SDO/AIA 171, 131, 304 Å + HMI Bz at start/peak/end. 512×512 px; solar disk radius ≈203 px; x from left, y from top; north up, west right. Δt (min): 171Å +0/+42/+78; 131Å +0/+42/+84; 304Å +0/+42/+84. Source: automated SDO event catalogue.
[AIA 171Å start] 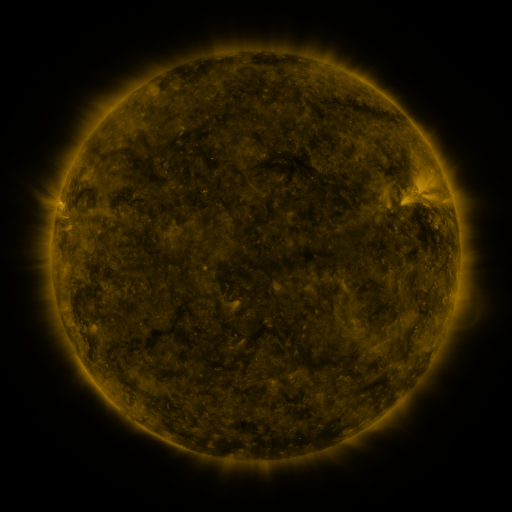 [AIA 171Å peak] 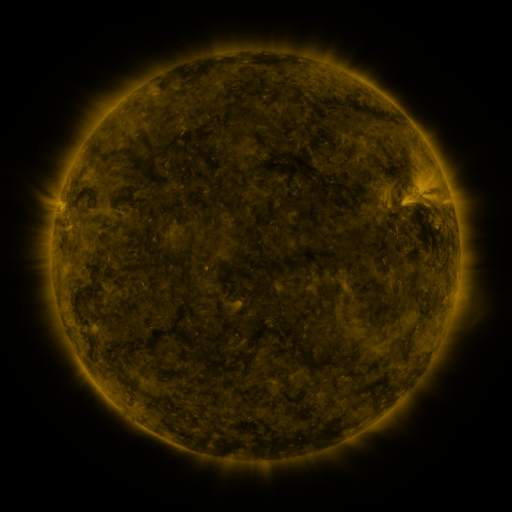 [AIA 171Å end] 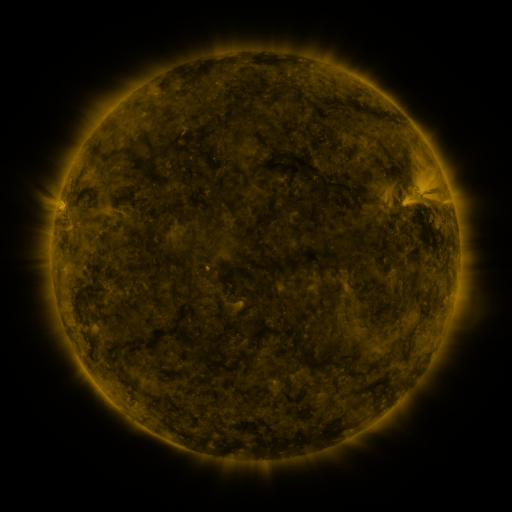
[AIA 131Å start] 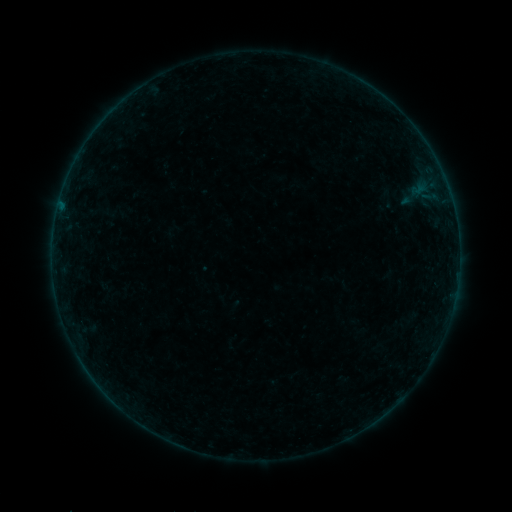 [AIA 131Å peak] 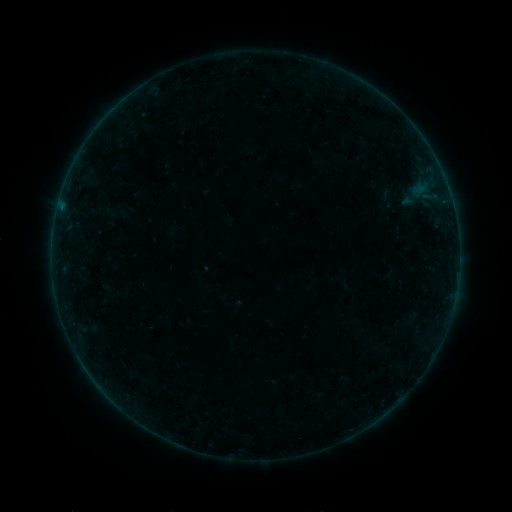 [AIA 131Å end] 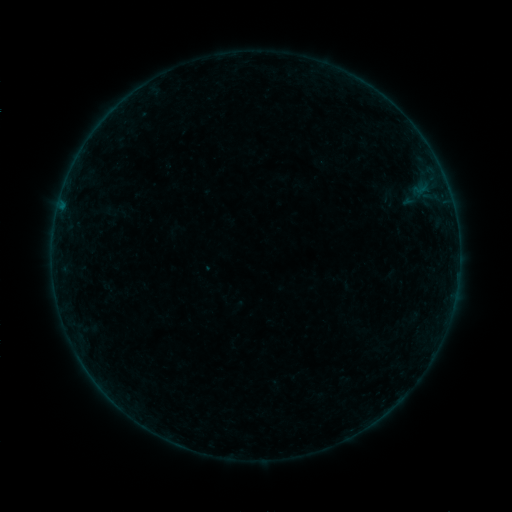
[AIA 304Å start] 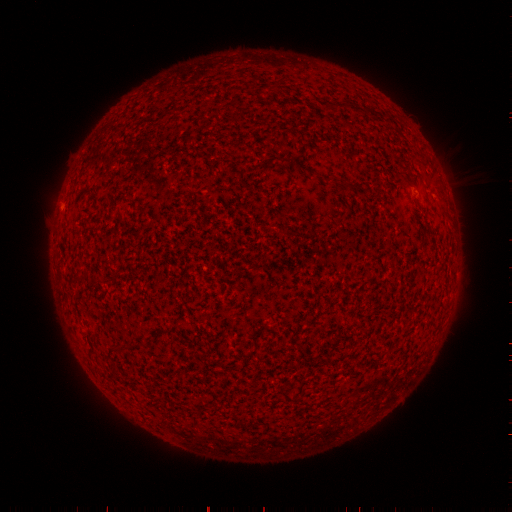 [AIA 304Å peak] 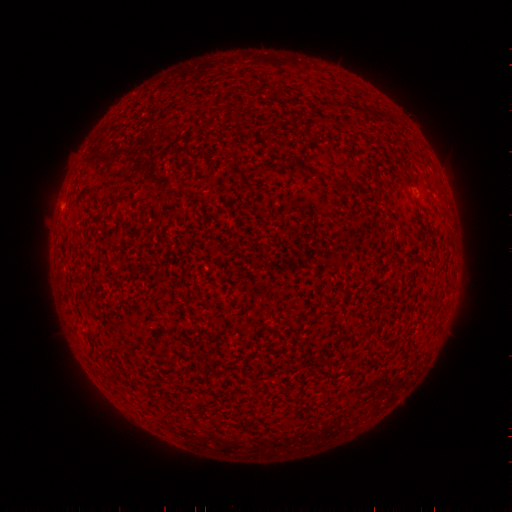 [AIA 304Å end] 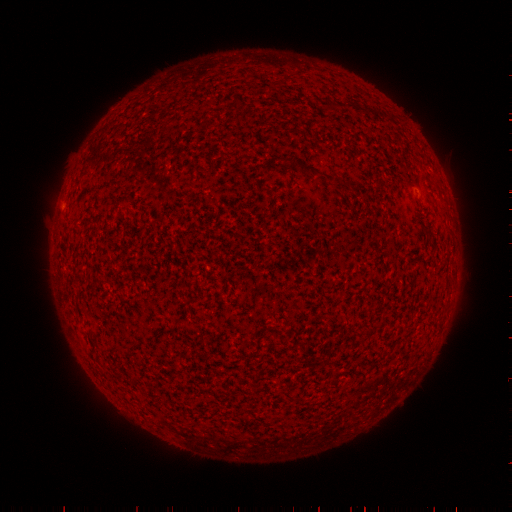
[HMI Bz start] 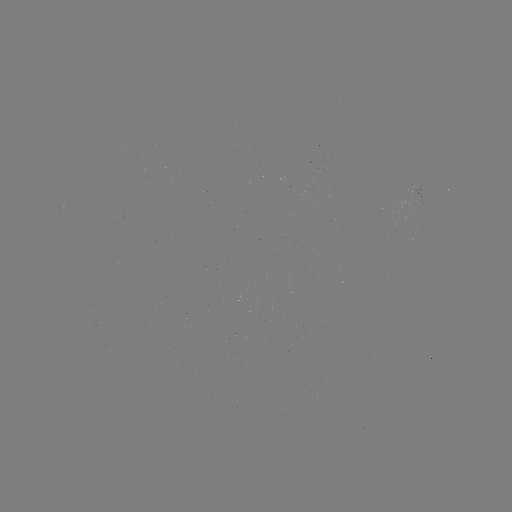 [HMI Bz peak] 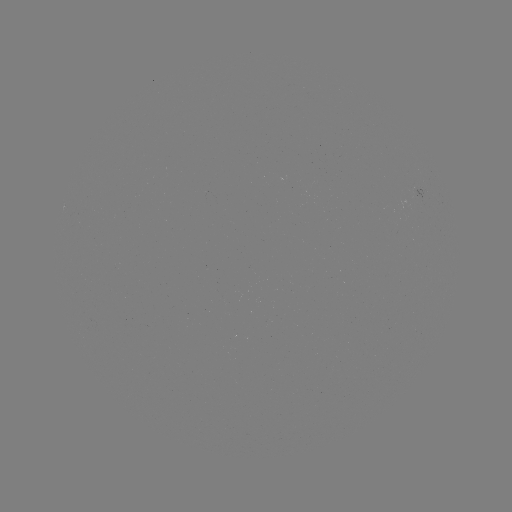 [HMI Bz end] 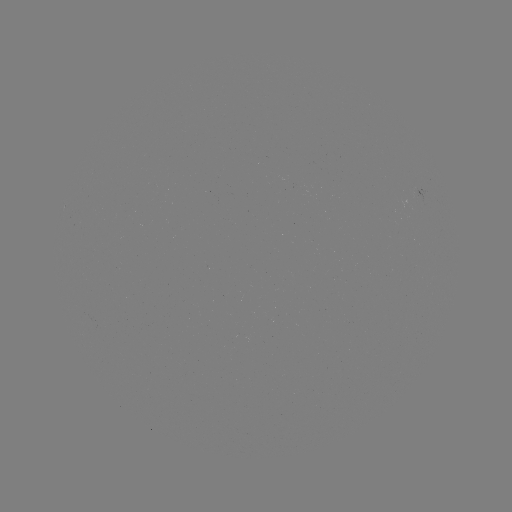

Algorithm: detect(filament eruption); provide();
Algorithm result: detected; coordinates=323,138